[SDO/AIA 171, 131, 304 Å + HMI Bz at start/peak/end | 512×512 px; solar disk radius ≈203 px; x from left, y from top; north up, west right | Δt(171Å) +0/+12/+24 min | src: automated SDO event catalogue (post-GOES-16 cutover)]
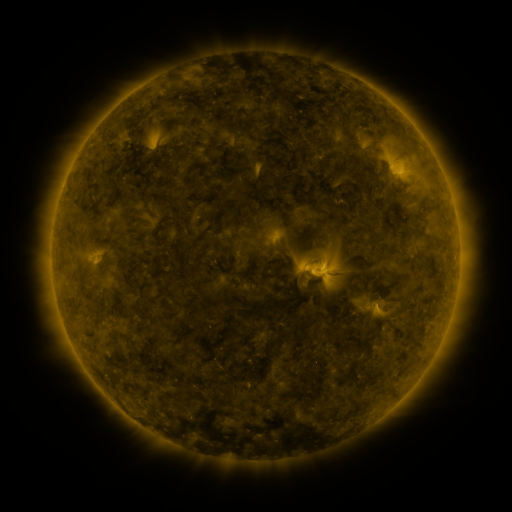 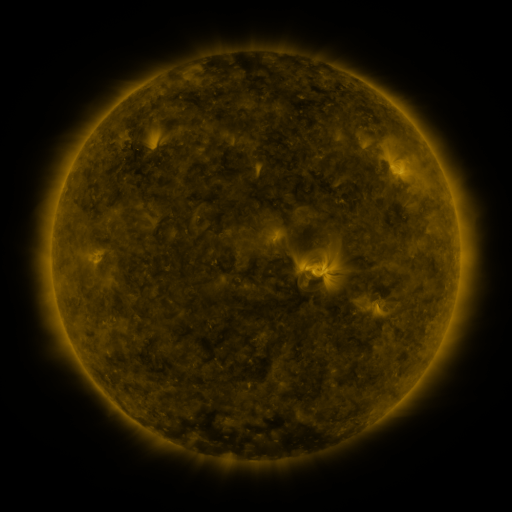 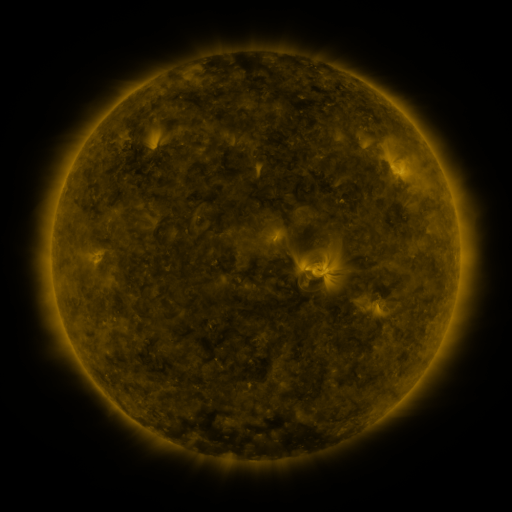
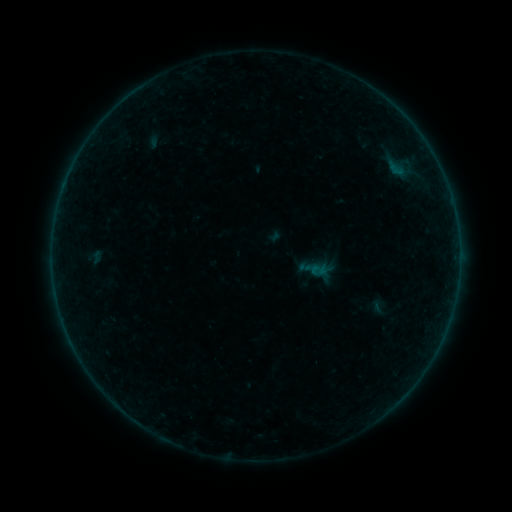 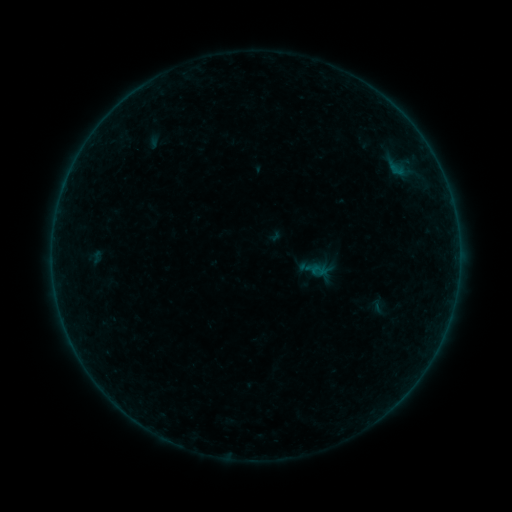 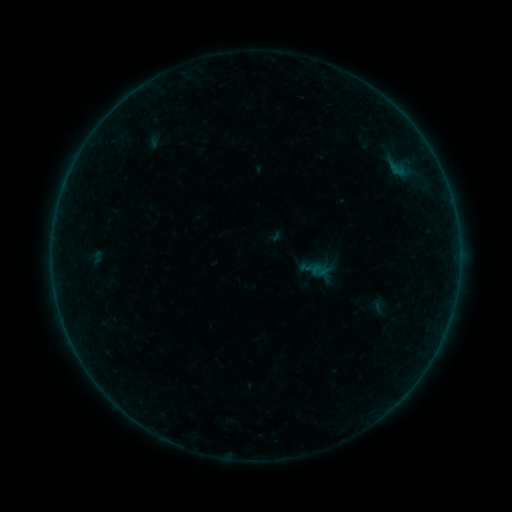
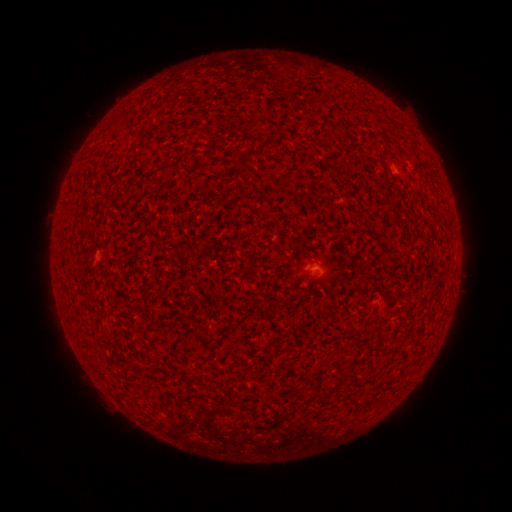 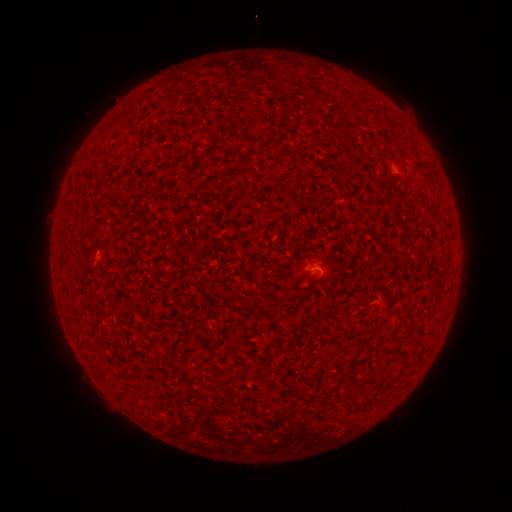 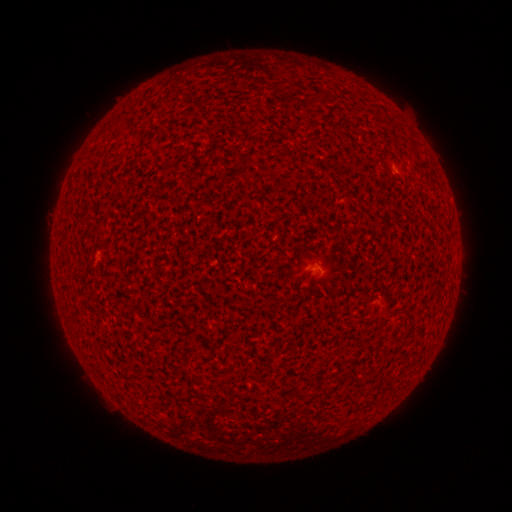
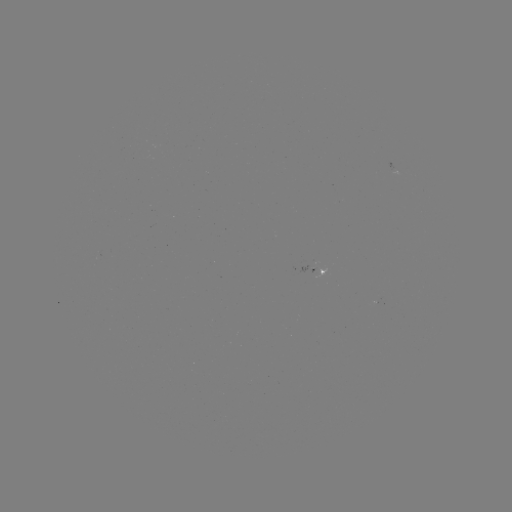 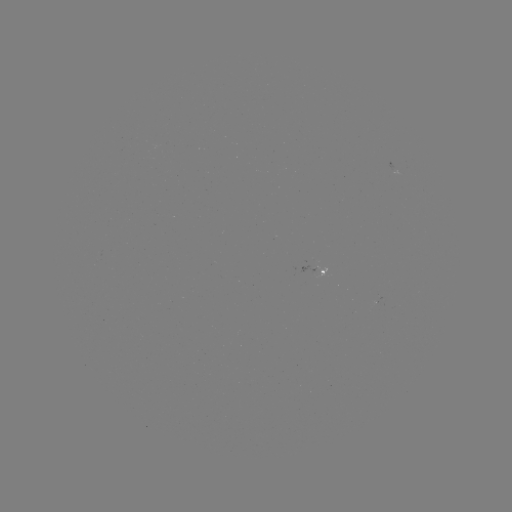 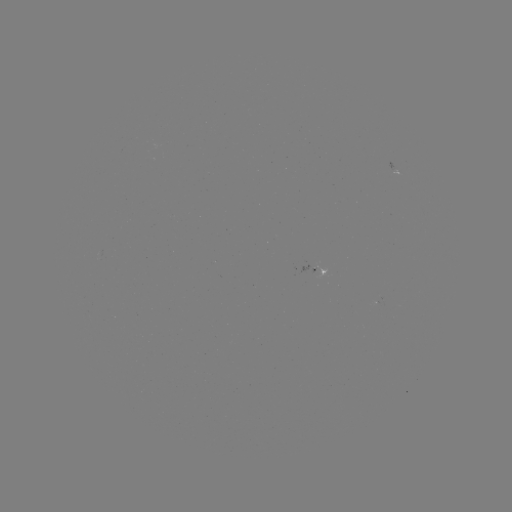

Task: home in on A4.1 flare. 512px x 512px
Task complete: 318,266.